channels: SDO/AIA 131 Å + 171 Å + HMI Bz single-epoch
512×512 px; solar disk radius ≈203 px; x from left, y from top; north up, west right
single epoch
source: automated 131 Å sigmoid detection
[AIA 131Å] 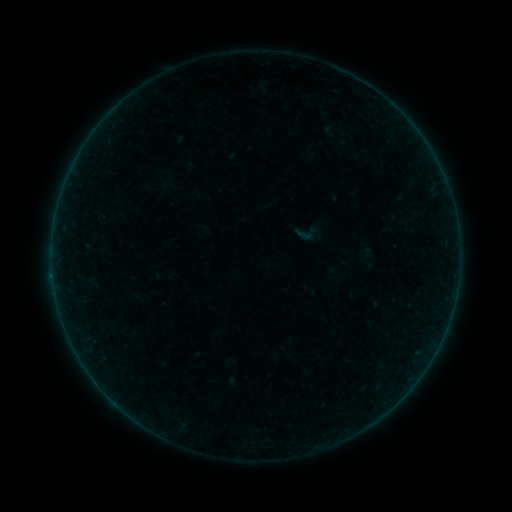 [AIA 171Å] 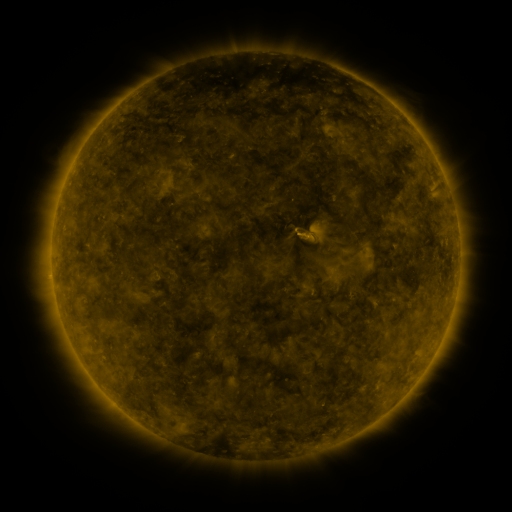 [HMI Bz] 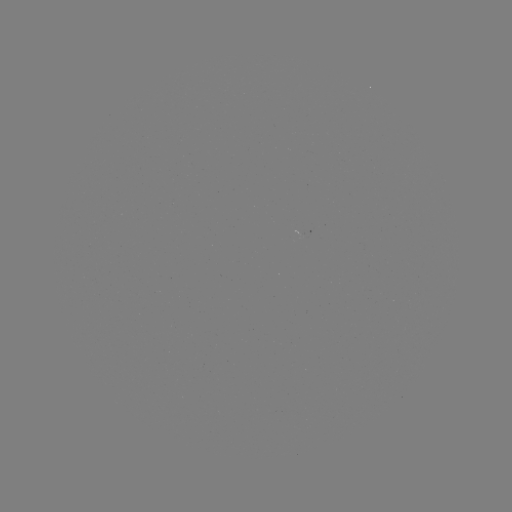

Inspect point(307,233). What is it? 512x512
sigmoid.